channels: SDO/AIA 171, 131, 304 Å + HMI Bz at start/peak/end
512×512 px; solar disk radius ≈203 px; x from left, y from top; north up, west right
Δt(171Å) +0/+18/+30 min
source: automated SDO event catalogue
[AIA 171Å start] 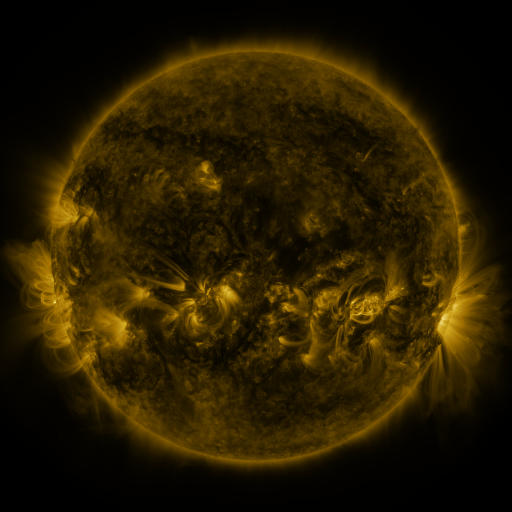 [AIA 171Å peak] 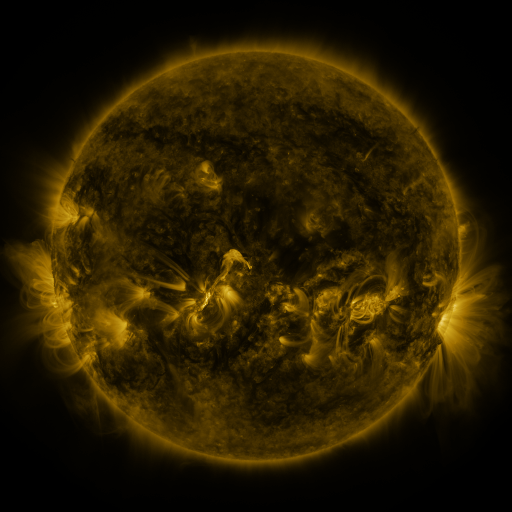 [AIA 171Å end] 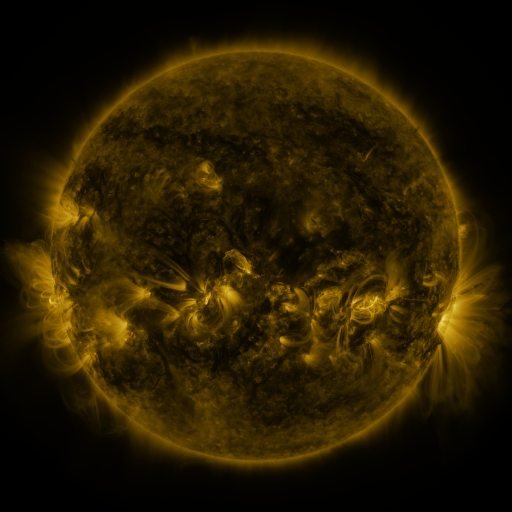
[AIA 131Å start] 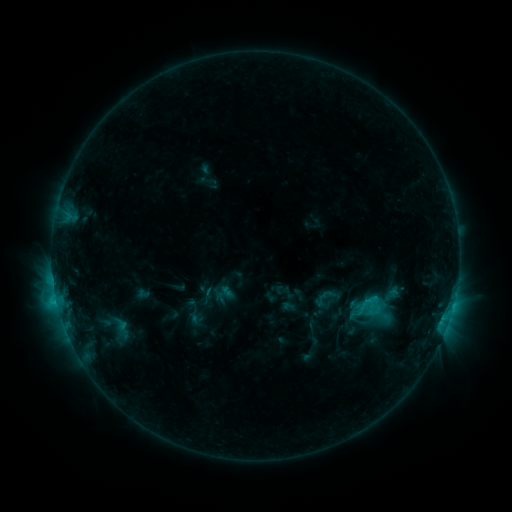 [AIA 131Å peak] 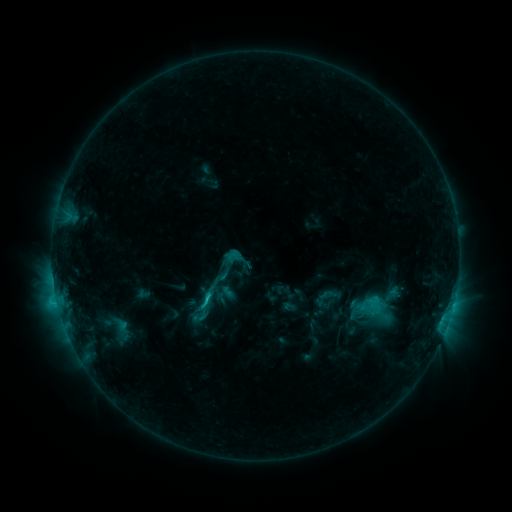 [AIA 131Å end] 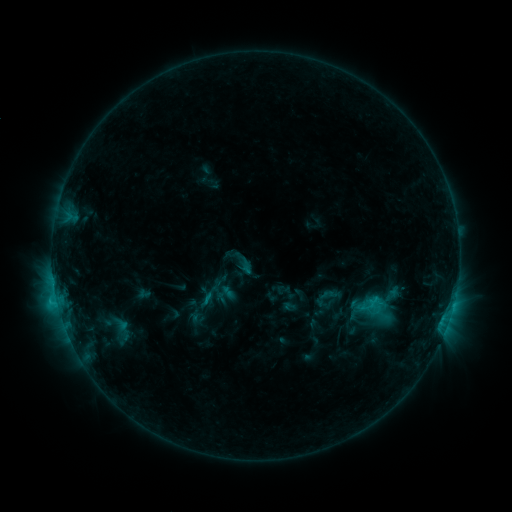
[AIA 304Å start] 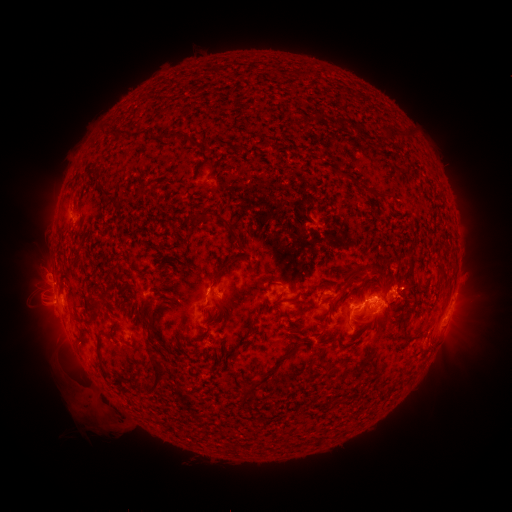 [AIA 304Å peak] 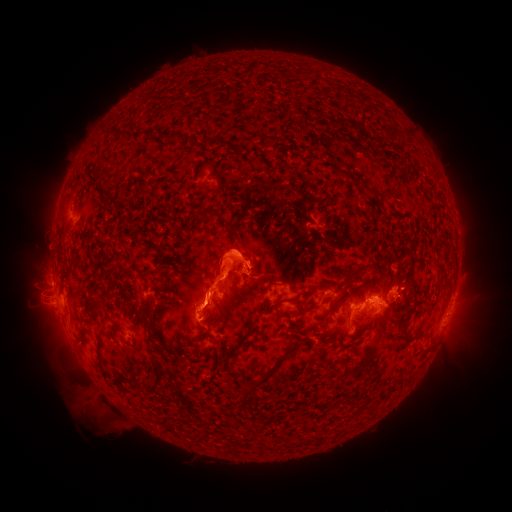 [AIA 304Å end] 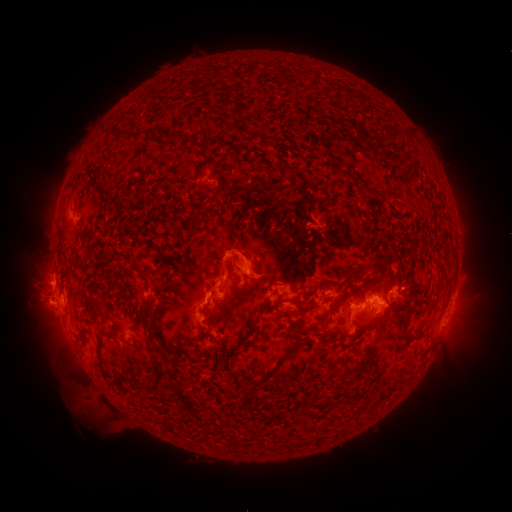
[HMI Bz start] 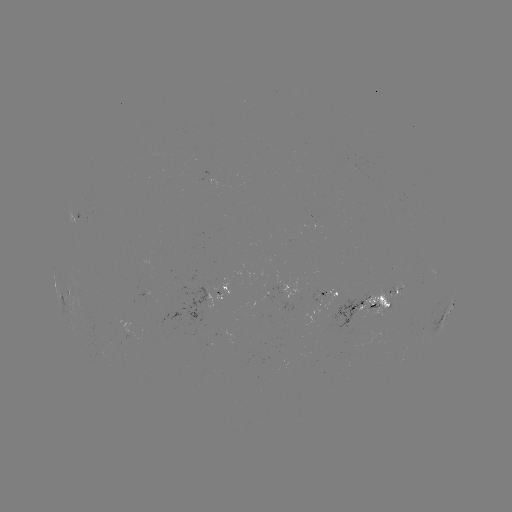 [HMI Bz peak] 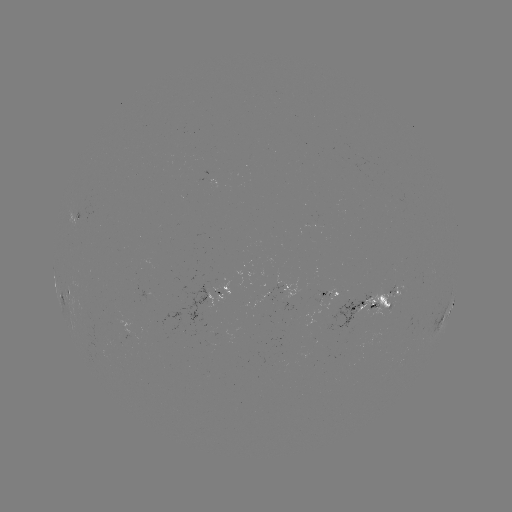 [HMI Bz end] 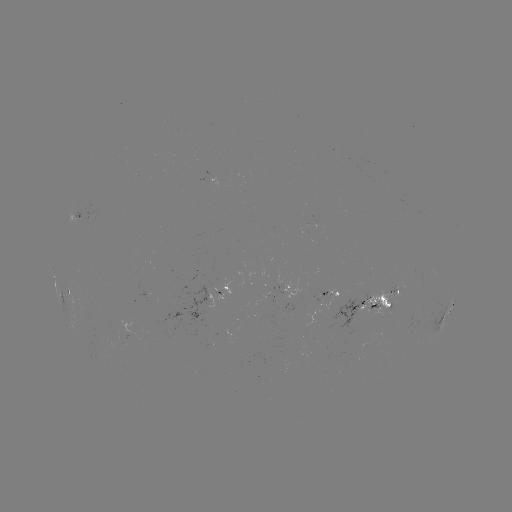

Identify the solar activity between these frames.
eruption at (227, 266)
